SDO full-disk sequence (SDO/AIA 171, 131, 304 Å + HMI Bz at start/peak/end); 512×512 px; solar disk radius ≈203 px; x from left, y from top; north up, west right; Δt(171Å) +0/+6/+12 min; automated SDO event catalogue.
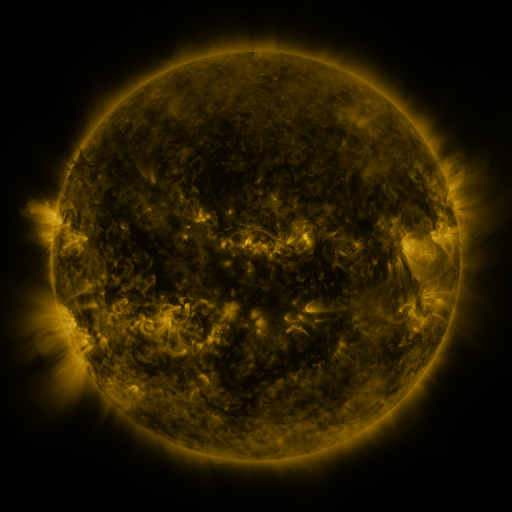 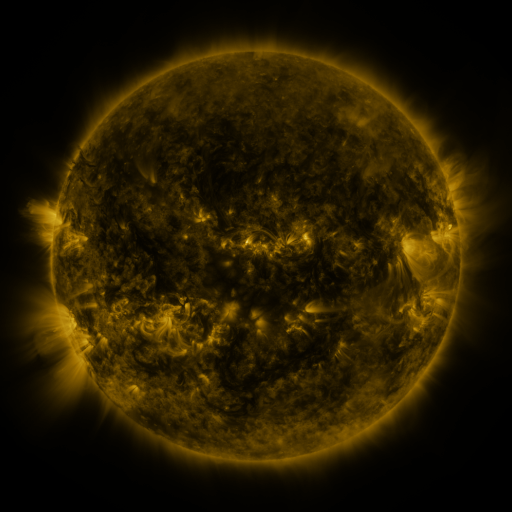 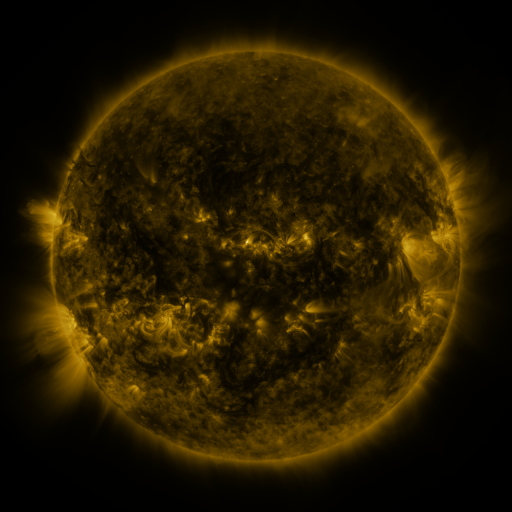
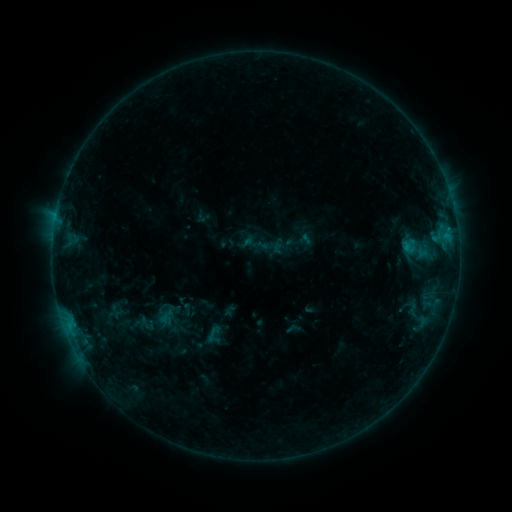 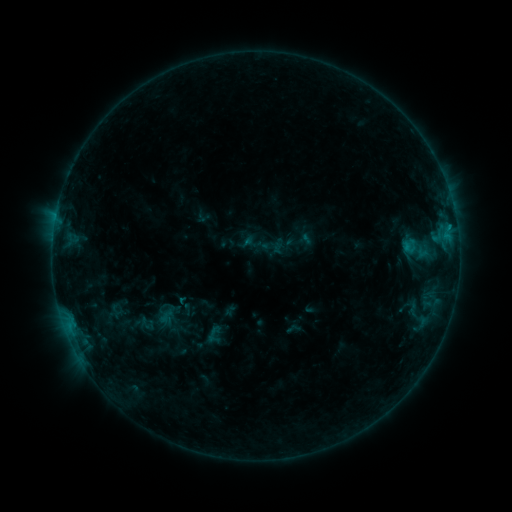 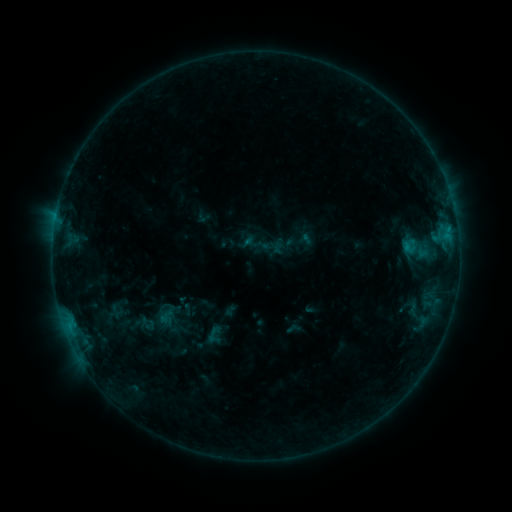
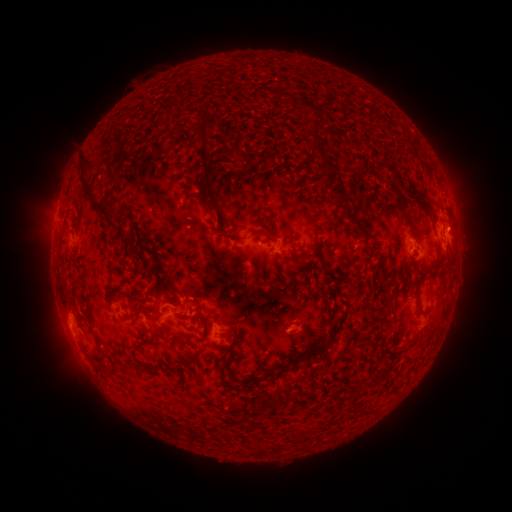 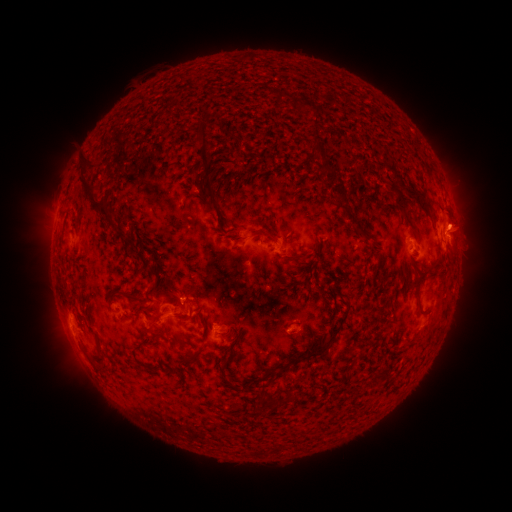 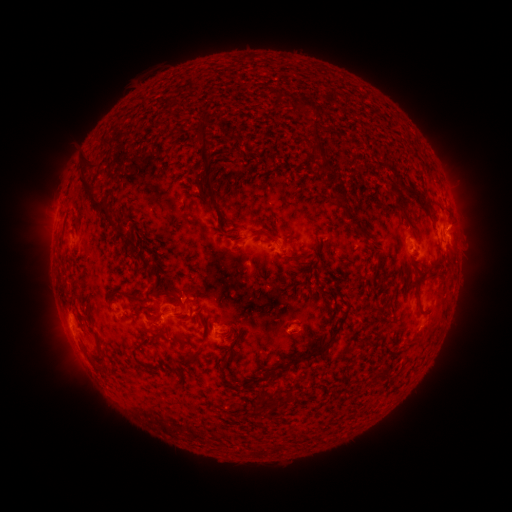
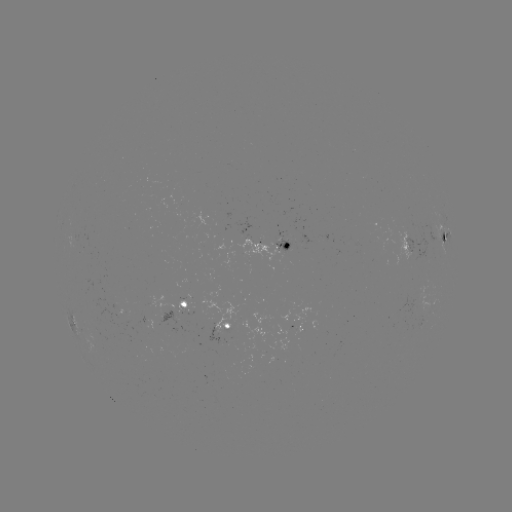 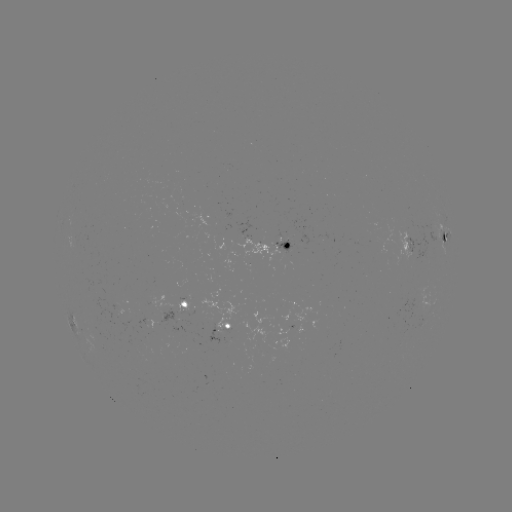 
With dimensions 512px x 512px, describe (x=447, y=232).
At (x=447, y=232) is B5.1 flare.